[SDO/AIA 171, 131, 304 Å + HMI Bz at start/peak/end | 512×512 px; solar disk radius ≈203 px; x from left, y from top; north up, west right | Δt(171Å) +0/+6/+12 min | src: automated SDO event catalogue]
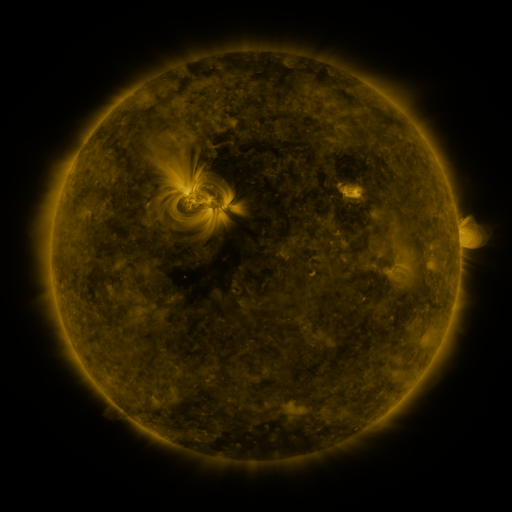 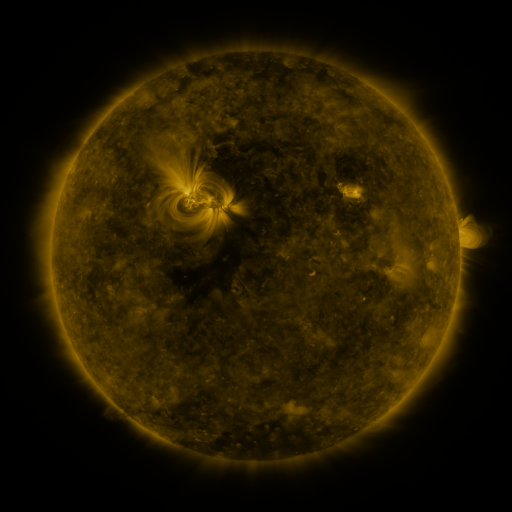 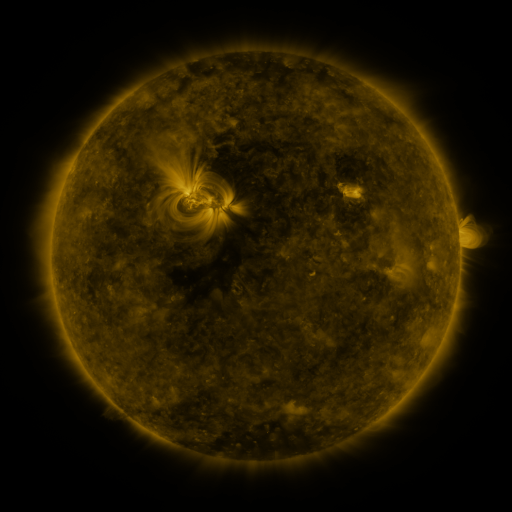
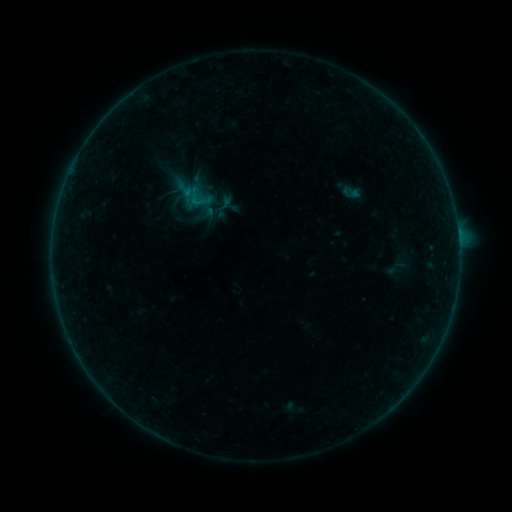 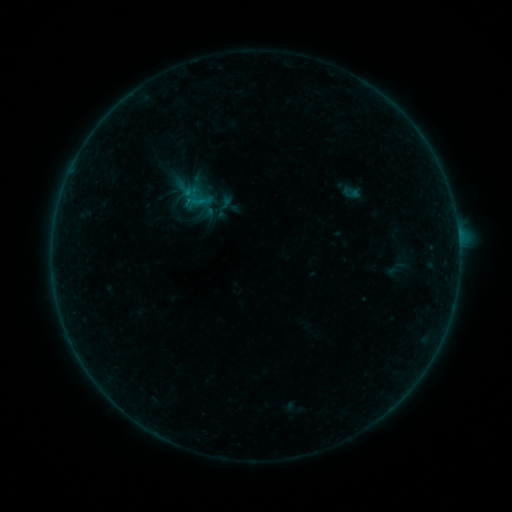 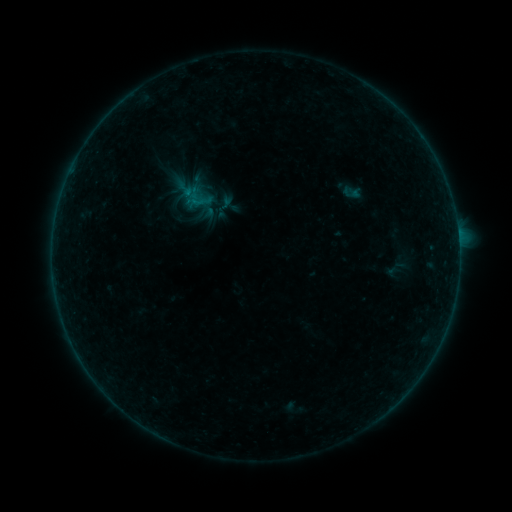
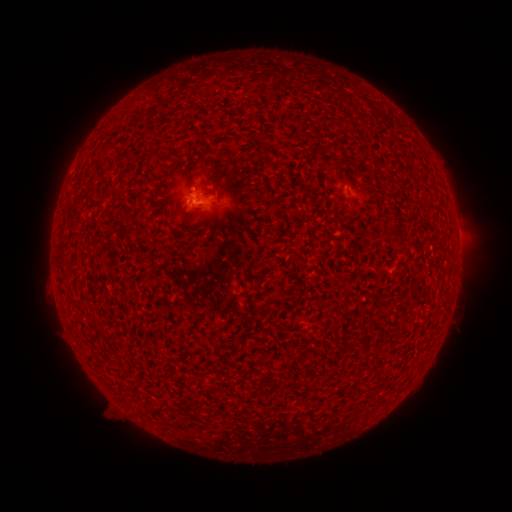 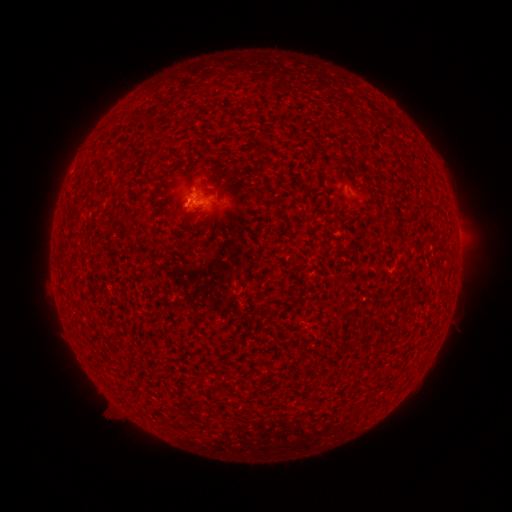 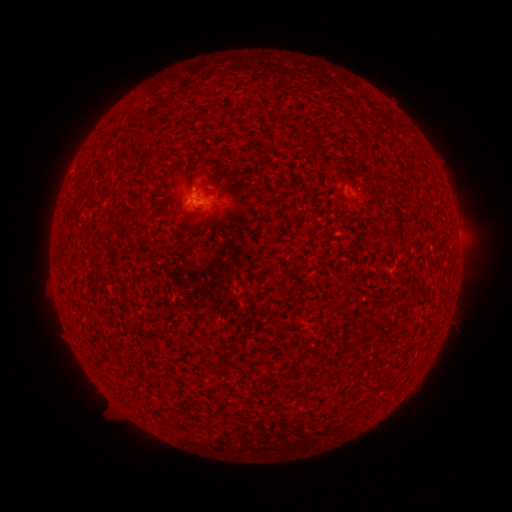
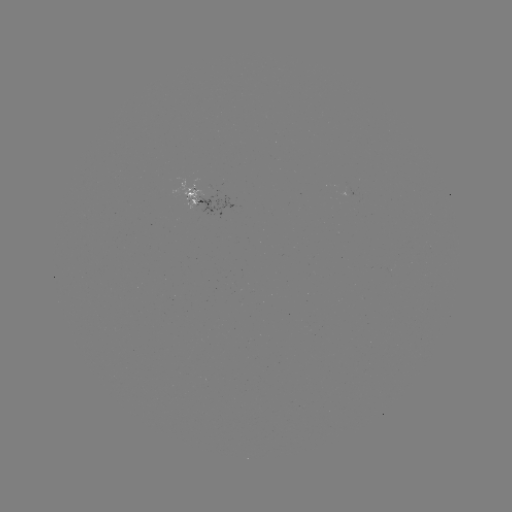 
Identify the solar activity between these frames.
B1.2 flare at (191, 203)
